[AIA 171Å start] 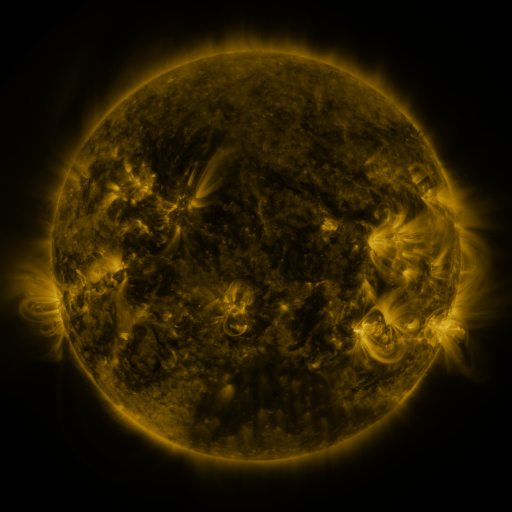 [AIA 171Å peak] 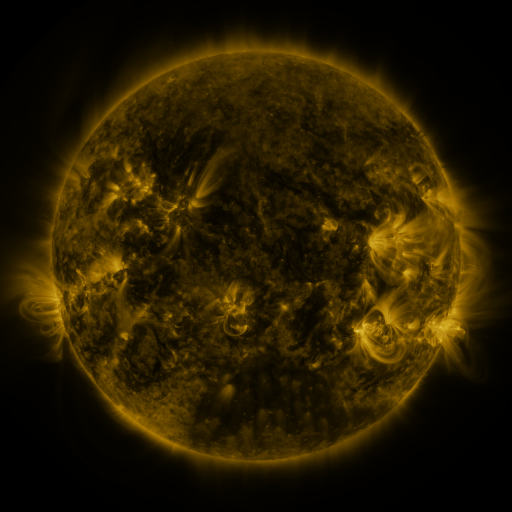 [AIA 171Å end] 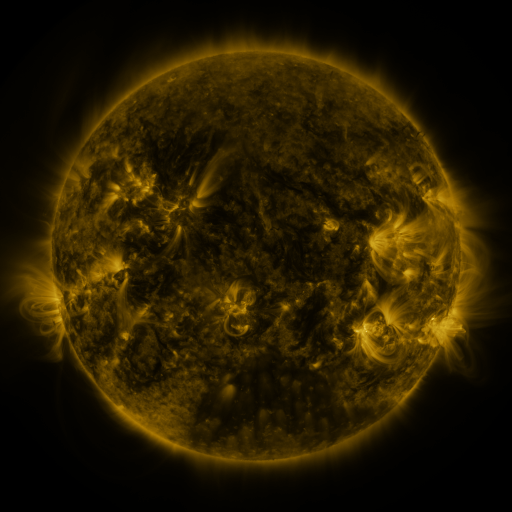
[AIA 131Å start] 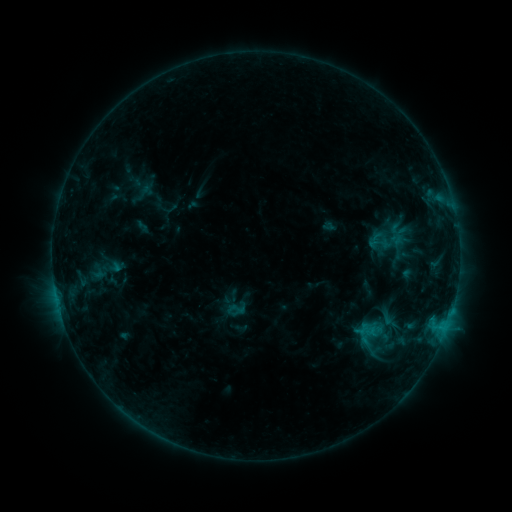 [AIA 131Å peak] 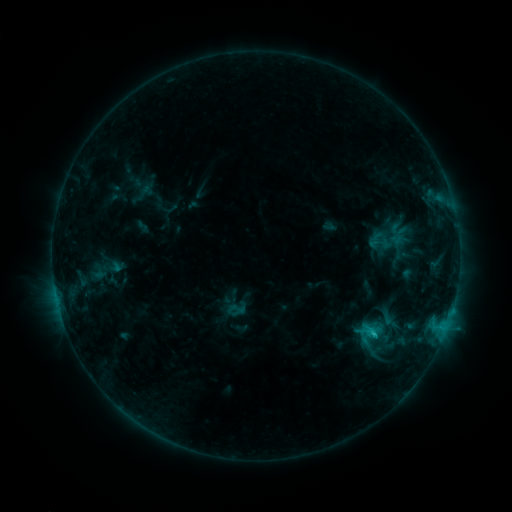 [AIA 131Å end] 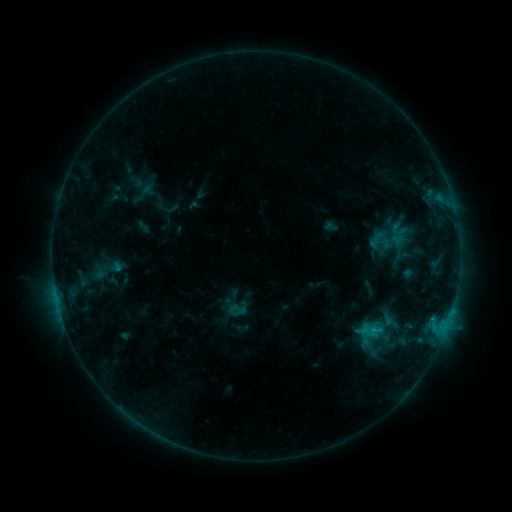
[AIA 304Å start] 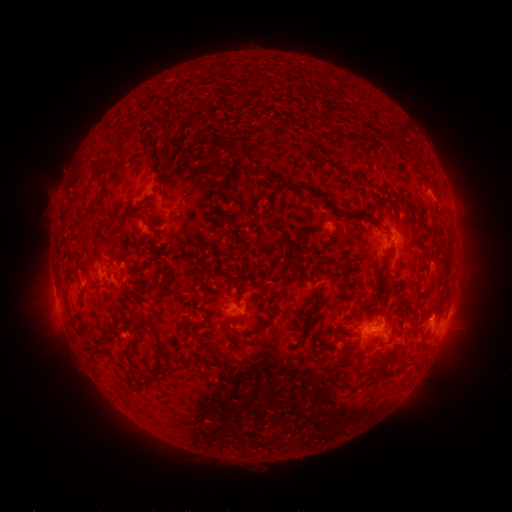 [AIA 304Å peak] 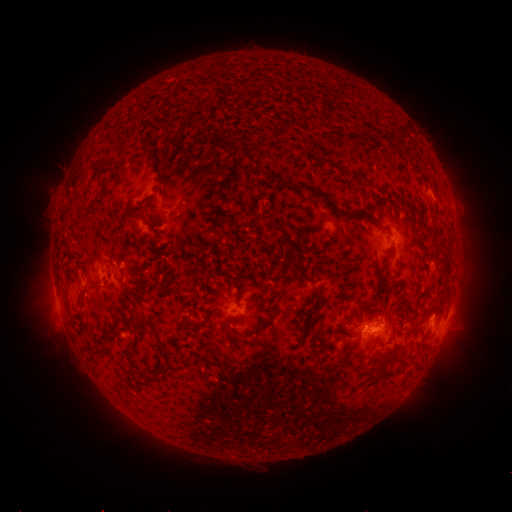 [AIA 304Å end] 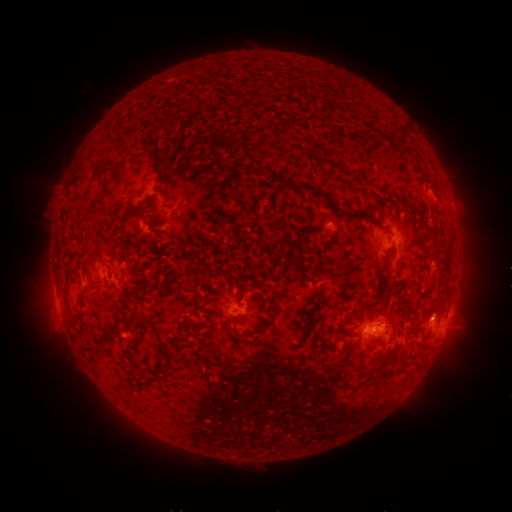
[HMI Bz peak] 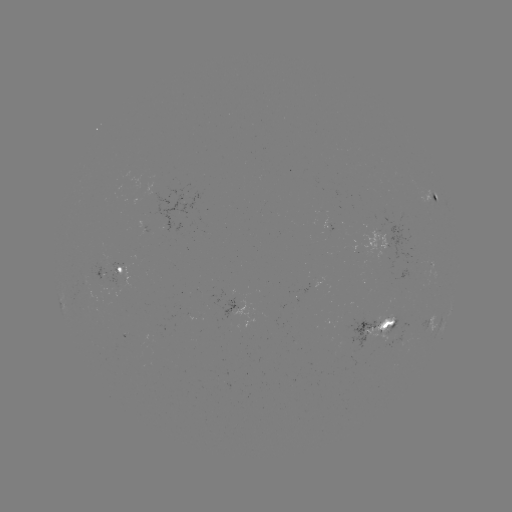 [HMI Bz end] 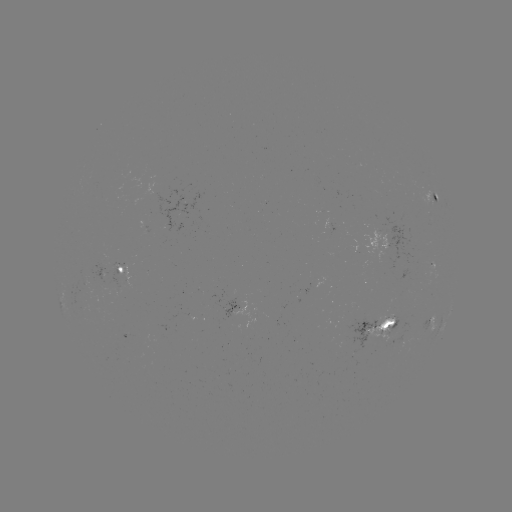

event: flare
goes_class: C1.0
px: (372, 333)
